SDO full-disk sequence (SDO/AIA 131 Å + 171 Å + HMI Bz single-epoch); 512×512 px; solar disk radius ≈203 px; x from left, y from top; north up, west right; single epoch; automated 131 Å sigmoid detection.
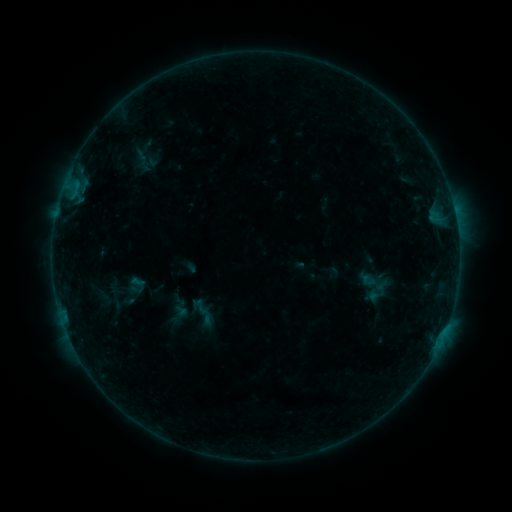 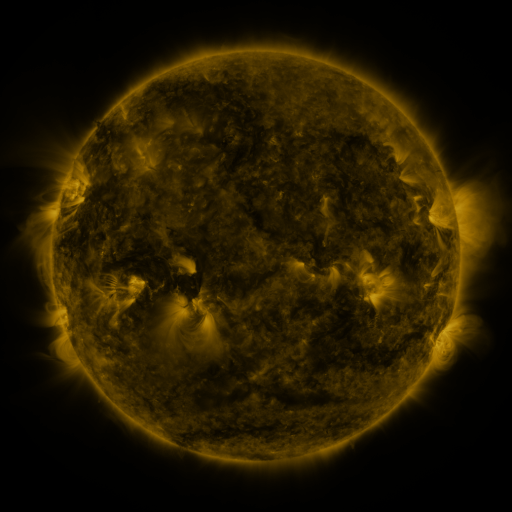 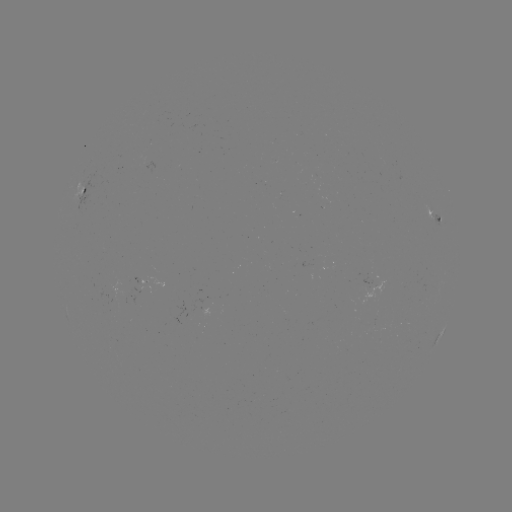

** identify sigmoid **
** [374, 287] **